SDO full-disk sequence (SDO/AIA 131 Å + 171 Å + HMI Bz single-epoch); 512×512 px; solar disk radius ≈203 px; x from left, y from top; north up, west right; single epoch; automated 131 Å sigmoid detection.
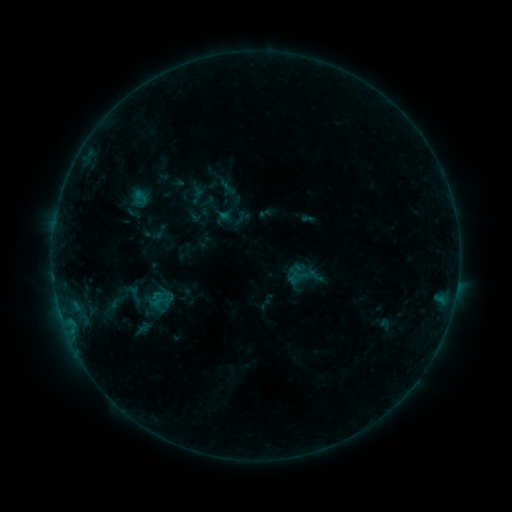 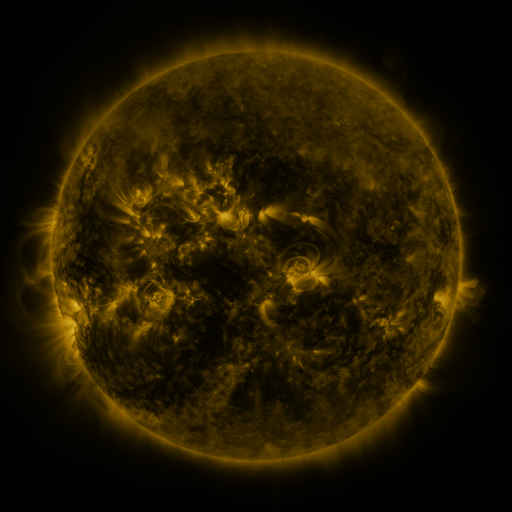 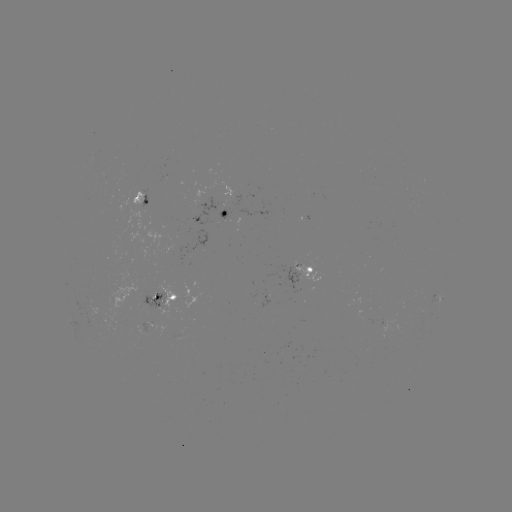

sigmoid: [117, 274, 180, 324]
